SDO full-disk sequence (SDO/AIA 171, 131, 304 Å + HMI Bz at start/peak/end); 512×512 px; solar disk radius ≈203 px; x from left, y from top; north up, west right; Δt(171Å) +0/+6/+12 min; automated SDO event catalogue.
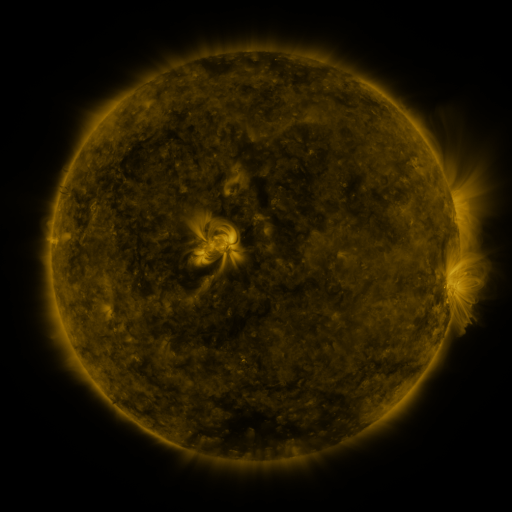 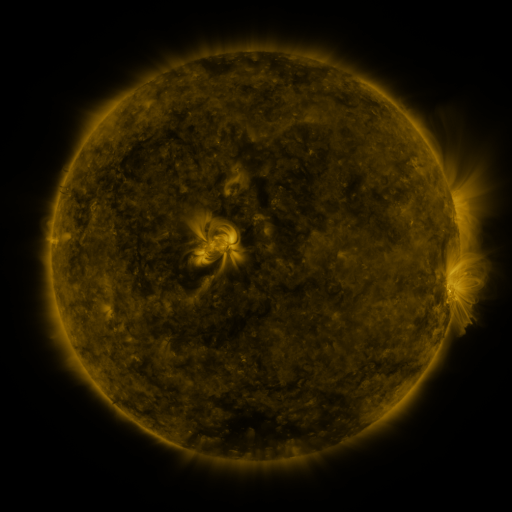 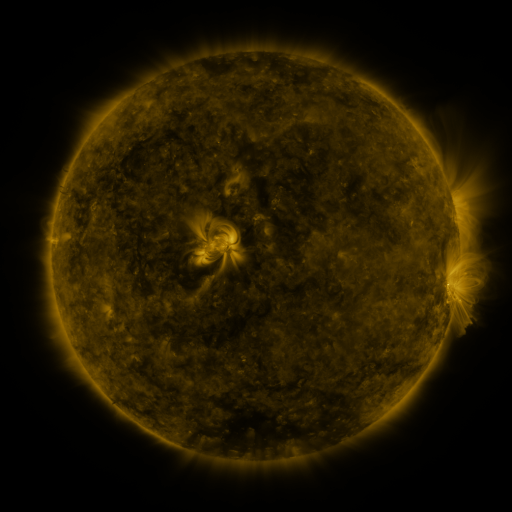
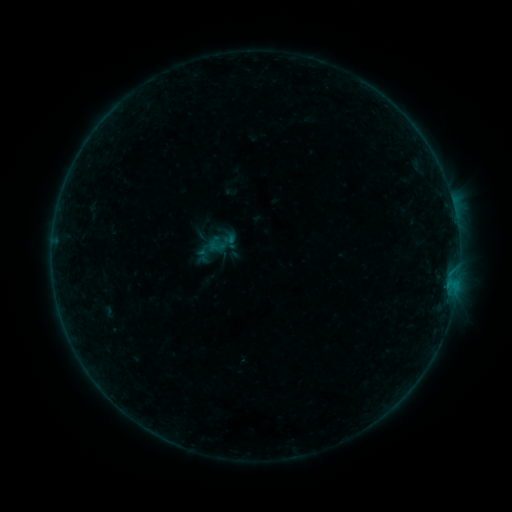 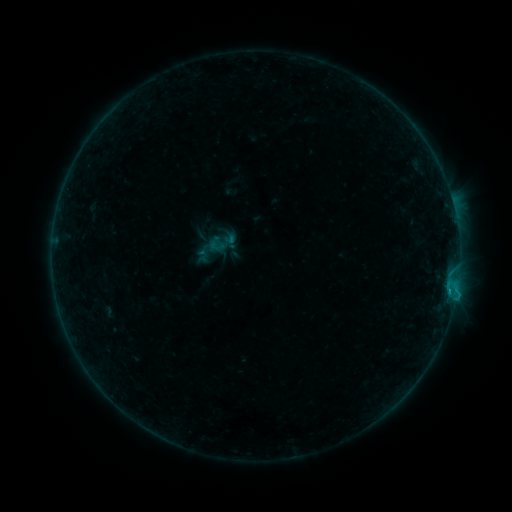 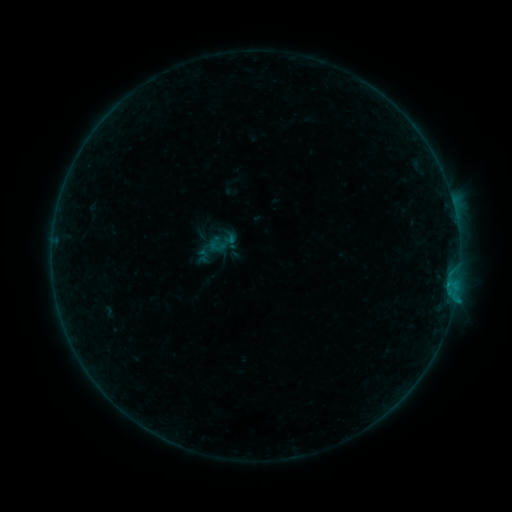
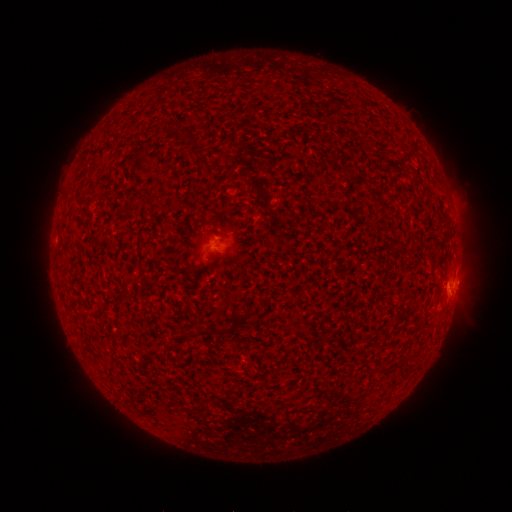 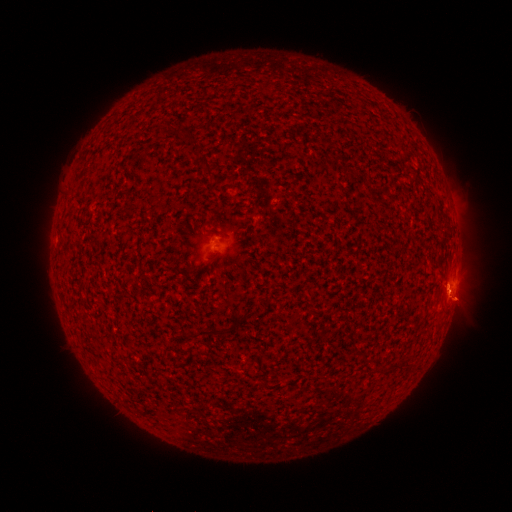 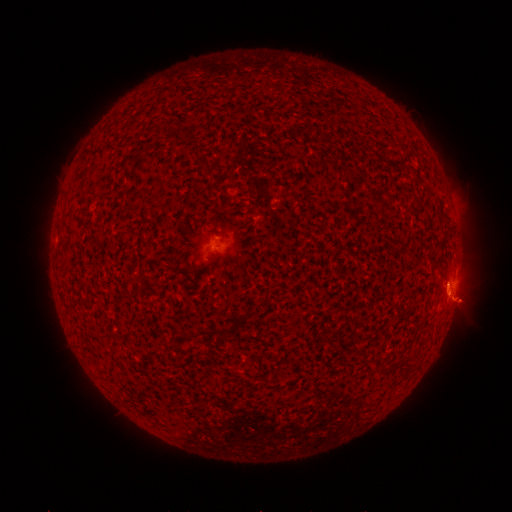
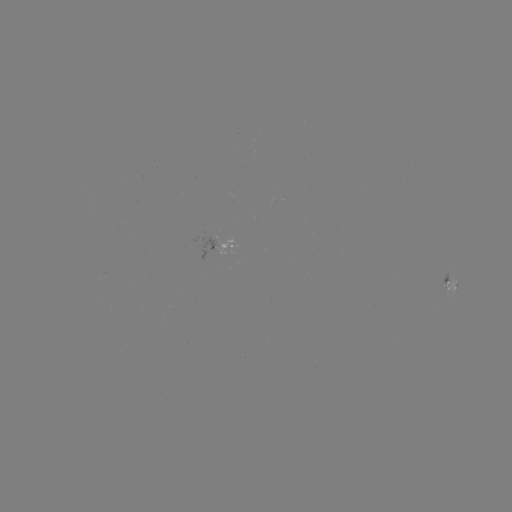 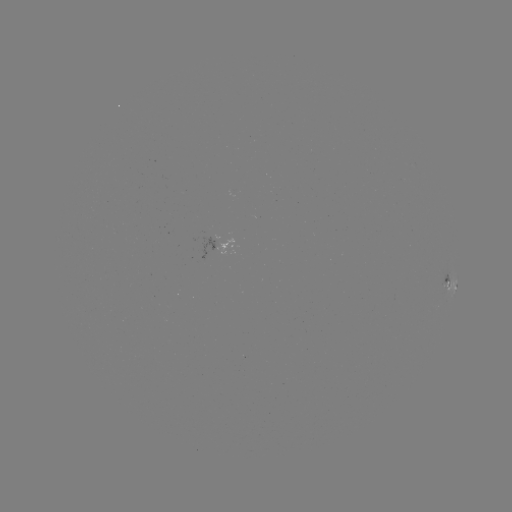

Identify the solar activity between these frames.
B4.7 flare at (449, 293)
